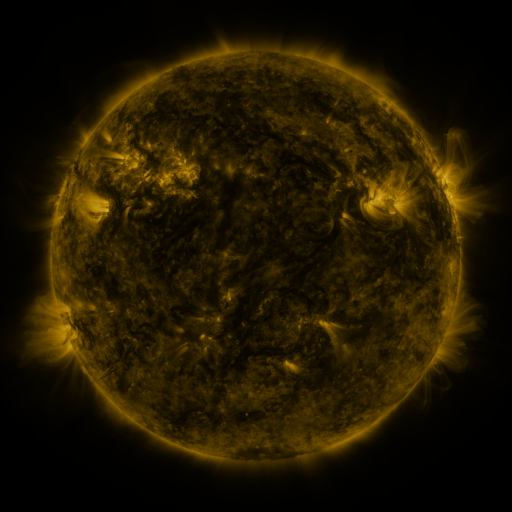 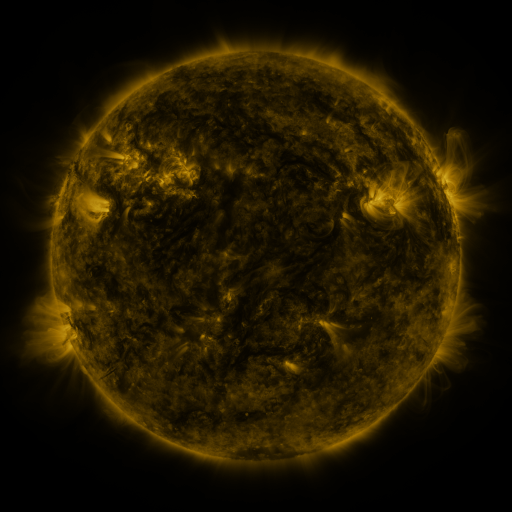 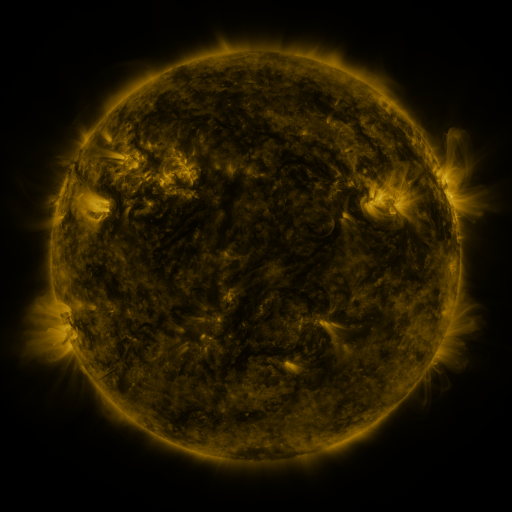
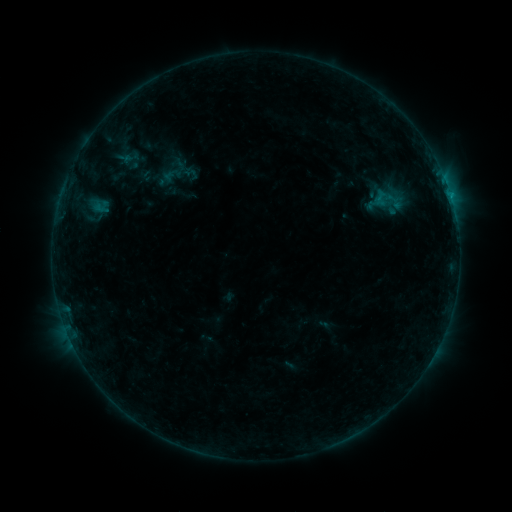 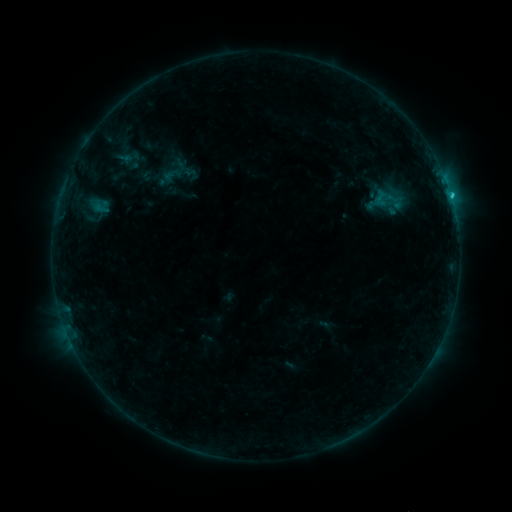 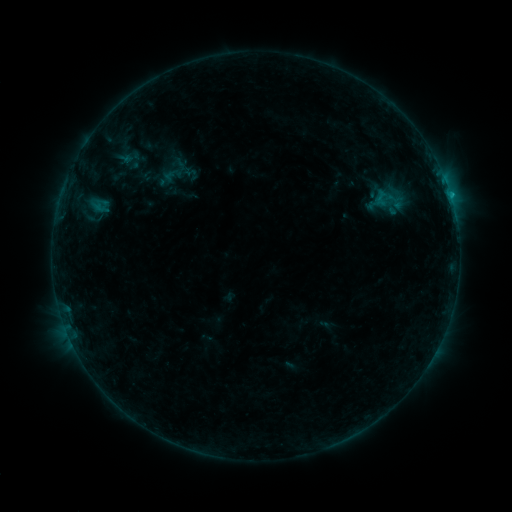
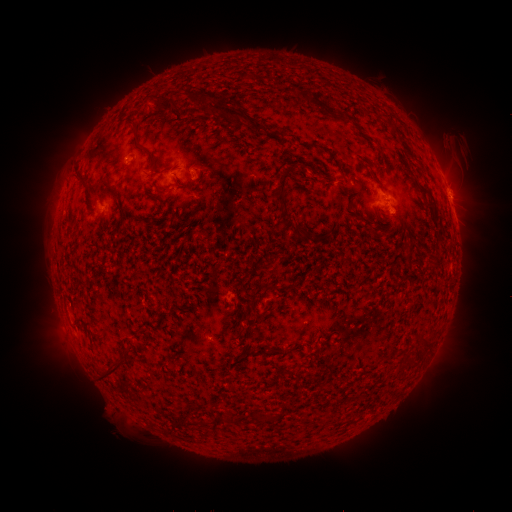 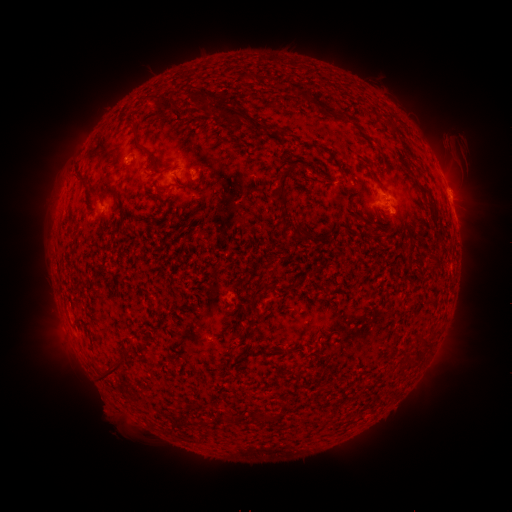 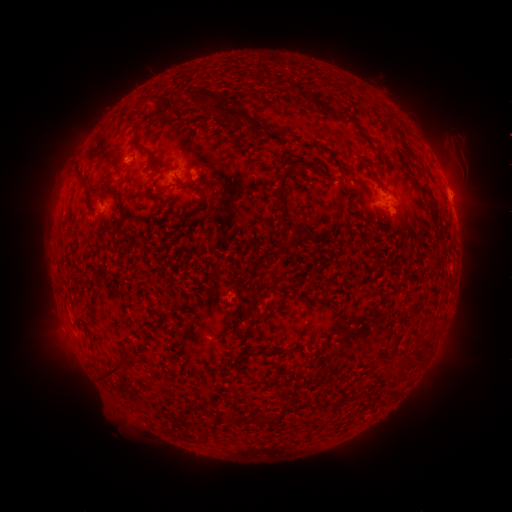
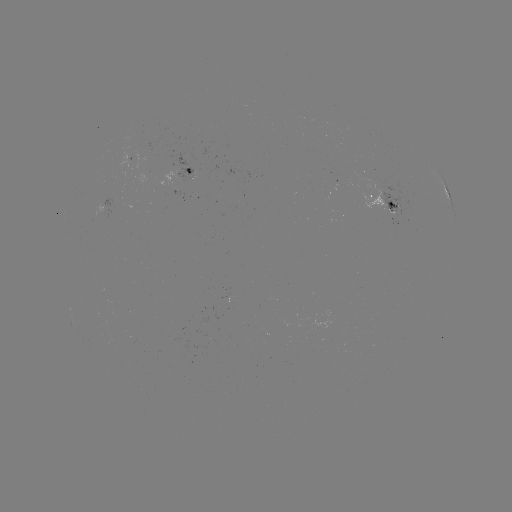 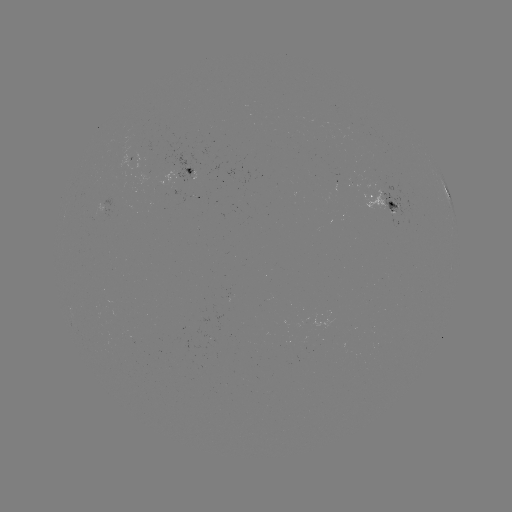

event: flare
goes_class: B8.9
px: (450, 196)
